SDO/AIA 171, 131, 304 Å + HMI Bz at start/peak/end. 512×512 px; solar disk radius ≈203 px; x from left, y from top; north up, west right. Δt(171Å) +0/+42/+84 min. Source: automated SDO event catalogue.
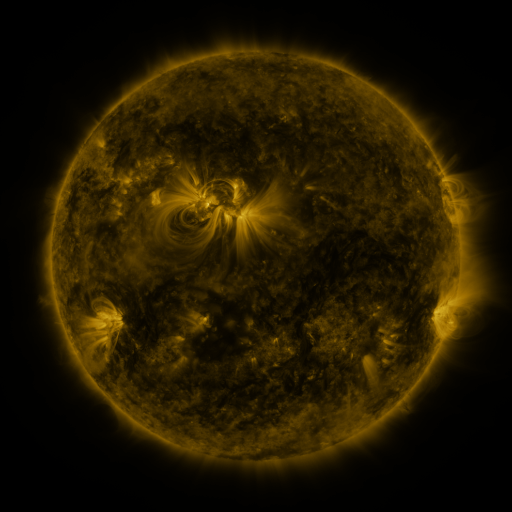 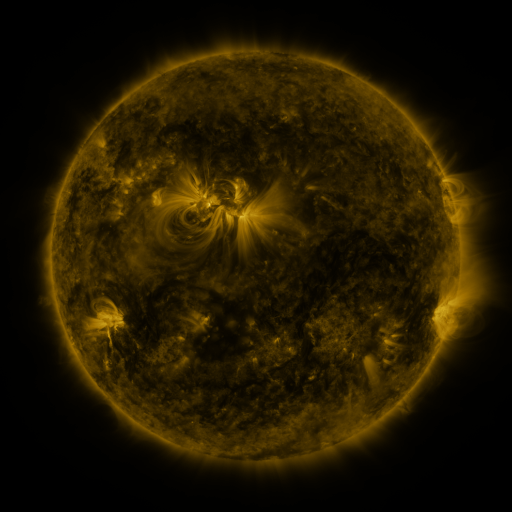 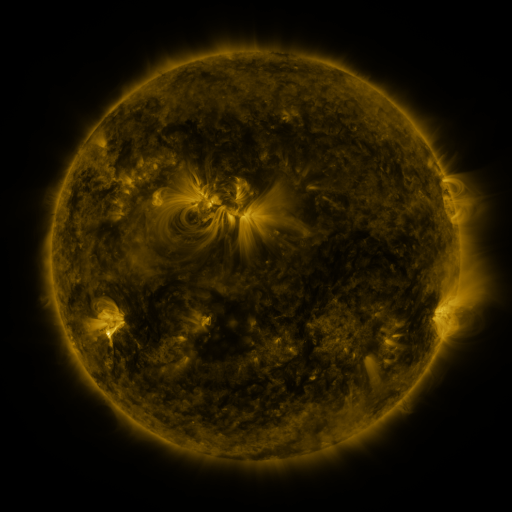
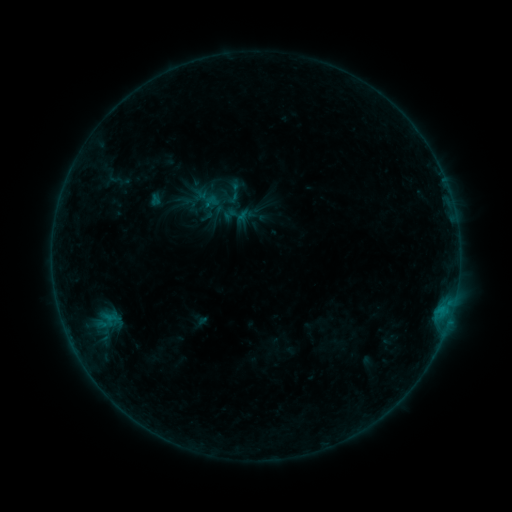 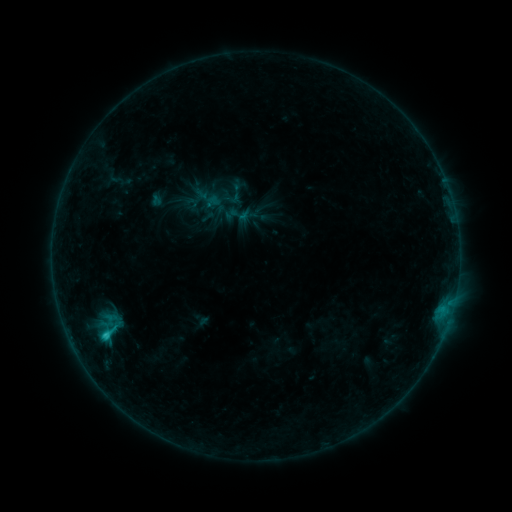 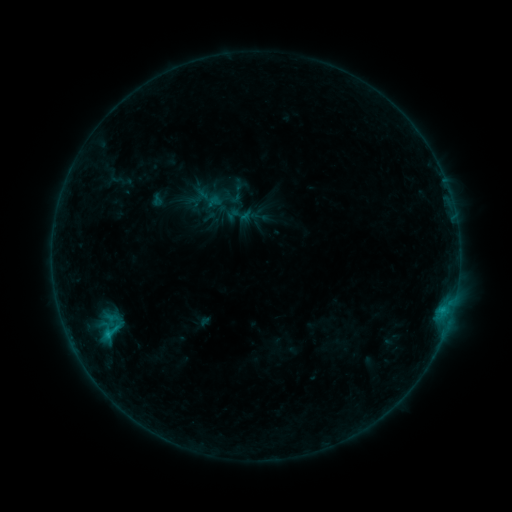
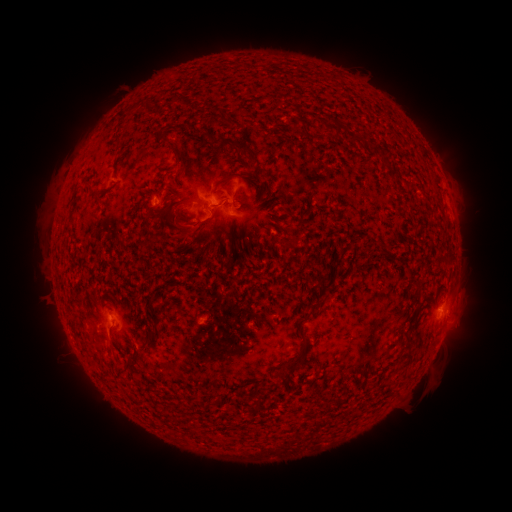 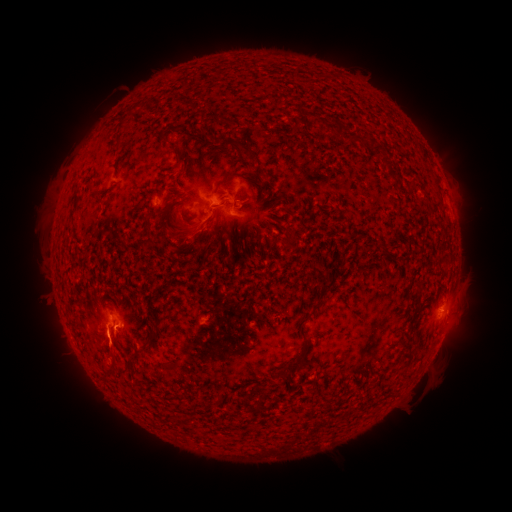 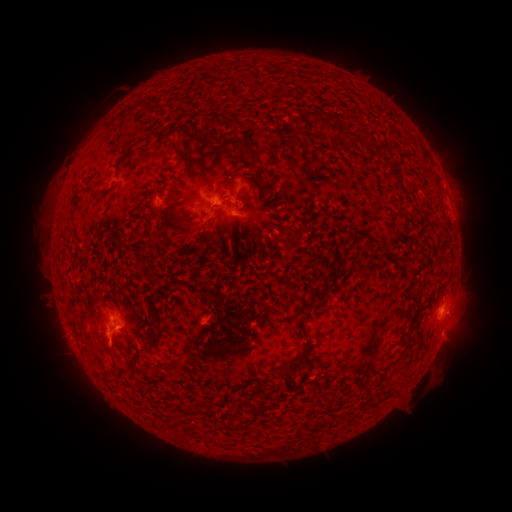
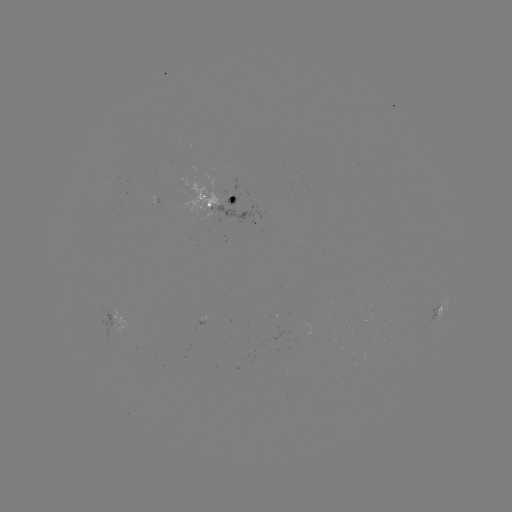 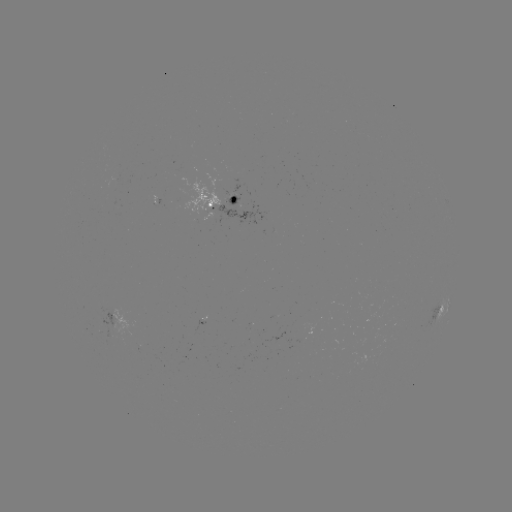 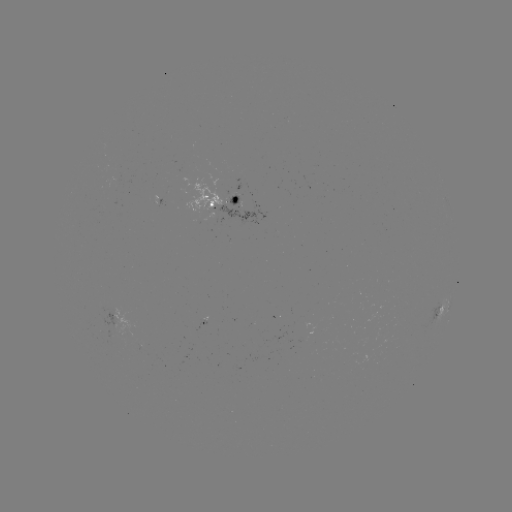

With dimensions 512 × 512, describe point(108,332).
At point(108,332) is C1.5 flare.